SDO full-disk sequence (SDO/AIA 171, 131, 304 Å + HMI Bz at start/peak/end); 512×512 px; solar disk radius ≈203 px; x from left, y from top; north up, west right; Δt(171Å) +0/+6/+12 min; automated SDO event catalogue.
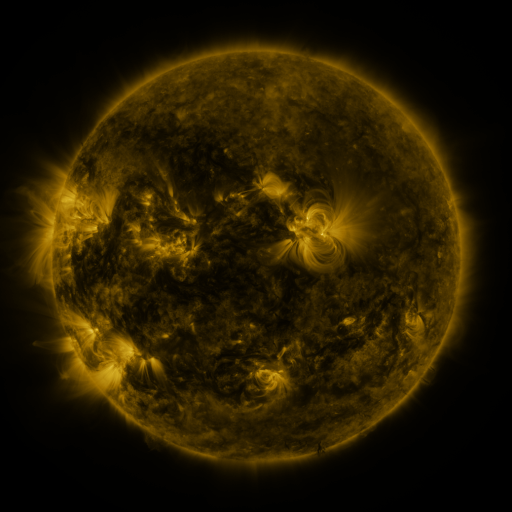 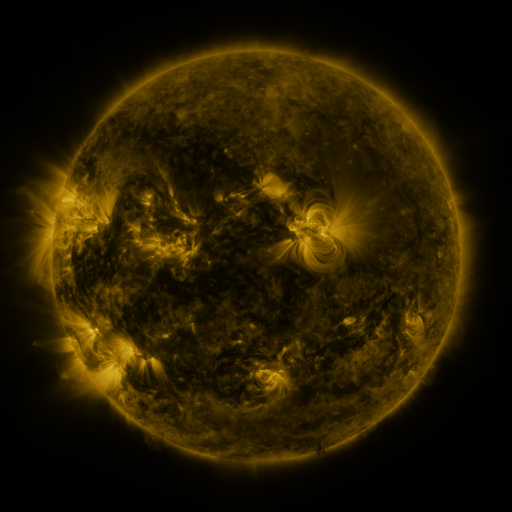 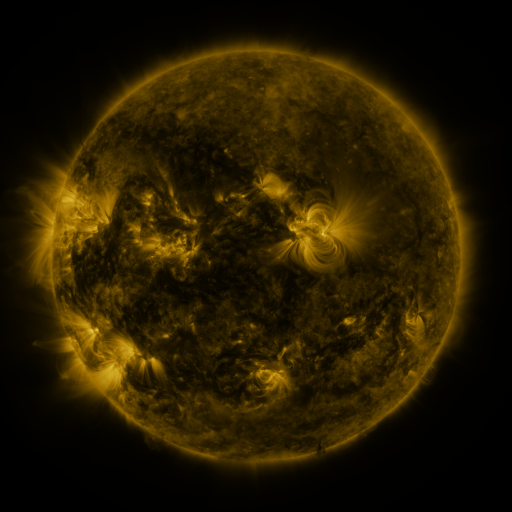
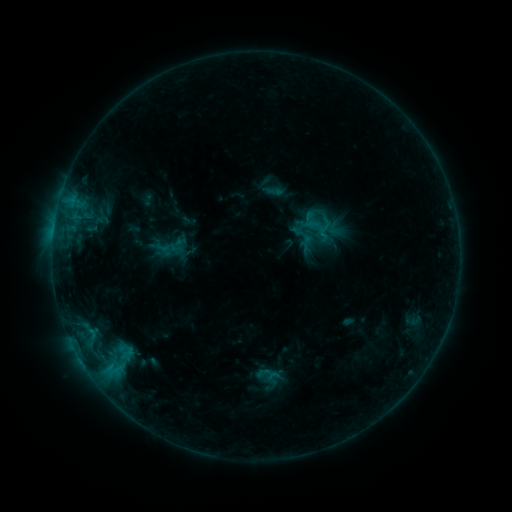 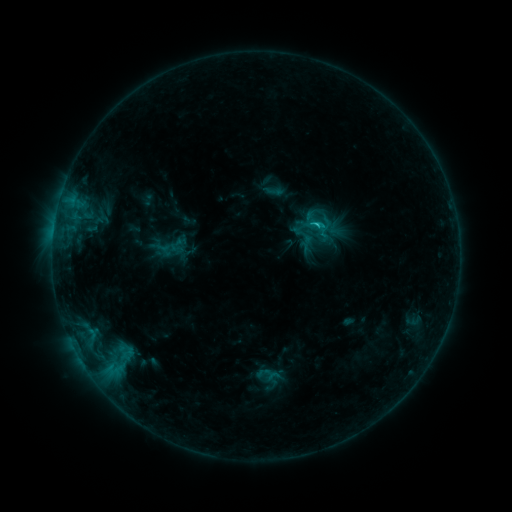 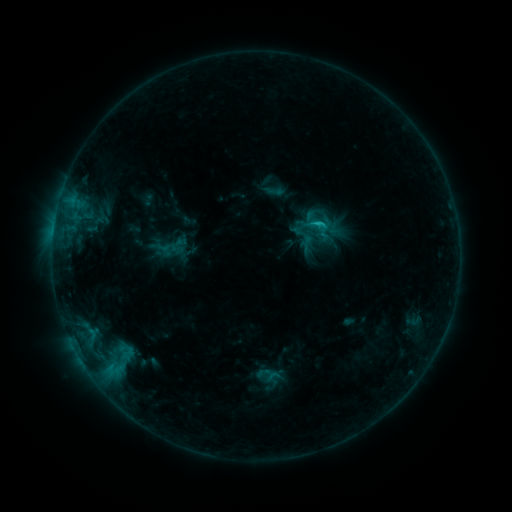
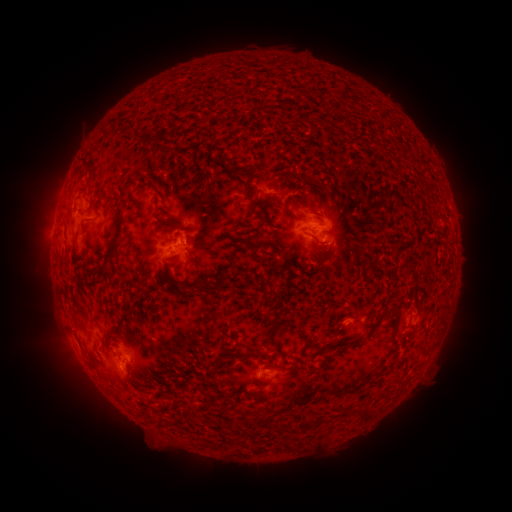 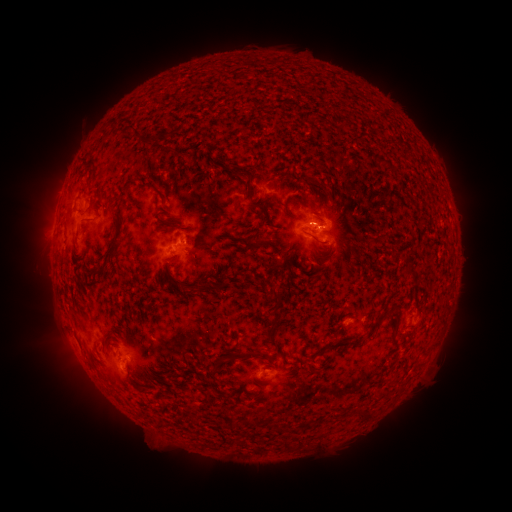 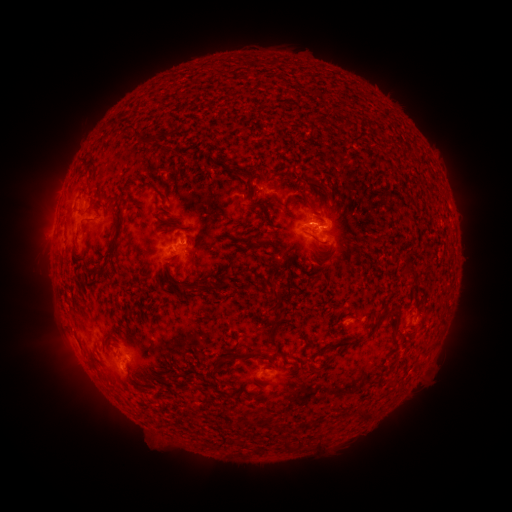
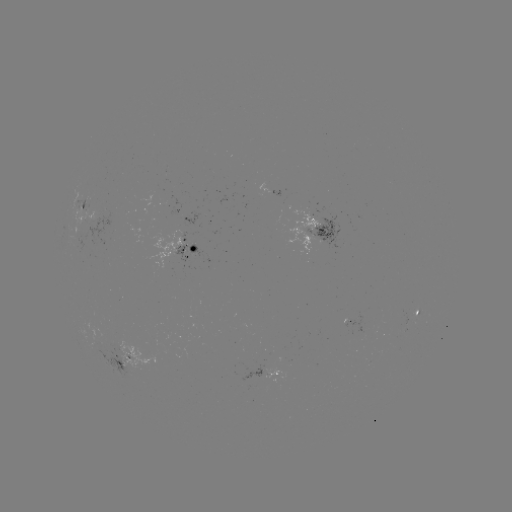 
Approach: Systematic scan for C1.1 flare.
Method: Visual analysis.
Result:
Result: C1.1 flare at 313,225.